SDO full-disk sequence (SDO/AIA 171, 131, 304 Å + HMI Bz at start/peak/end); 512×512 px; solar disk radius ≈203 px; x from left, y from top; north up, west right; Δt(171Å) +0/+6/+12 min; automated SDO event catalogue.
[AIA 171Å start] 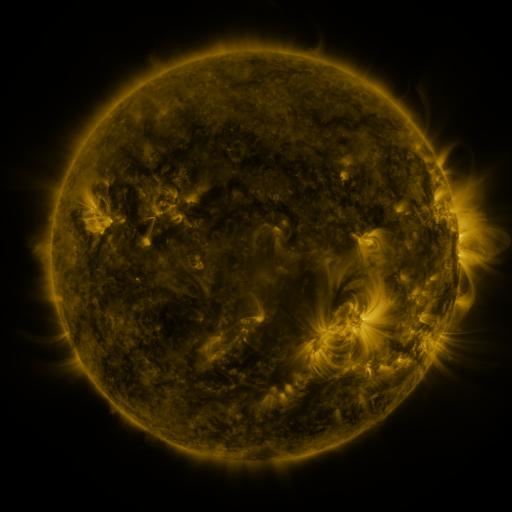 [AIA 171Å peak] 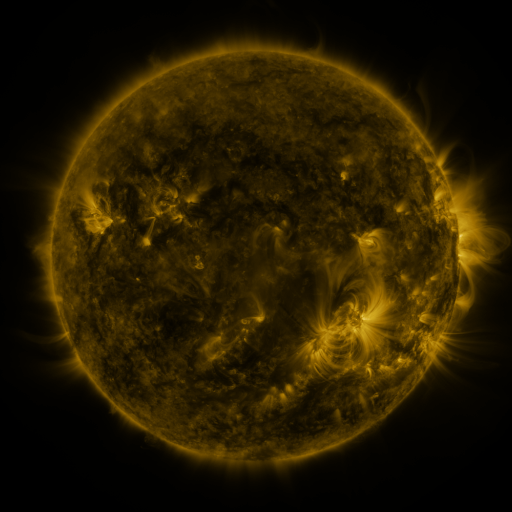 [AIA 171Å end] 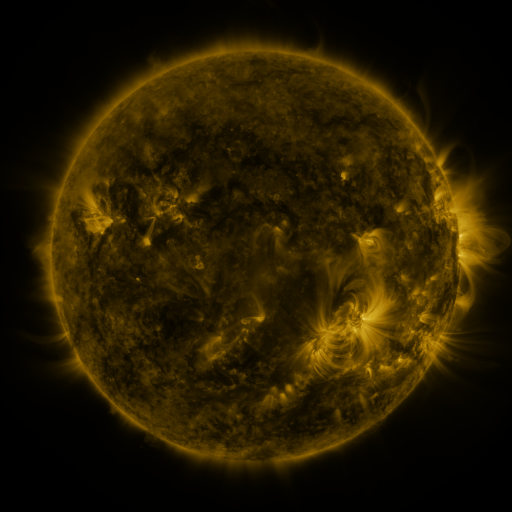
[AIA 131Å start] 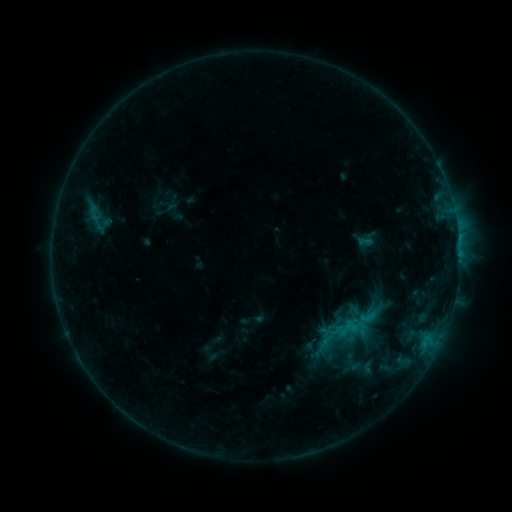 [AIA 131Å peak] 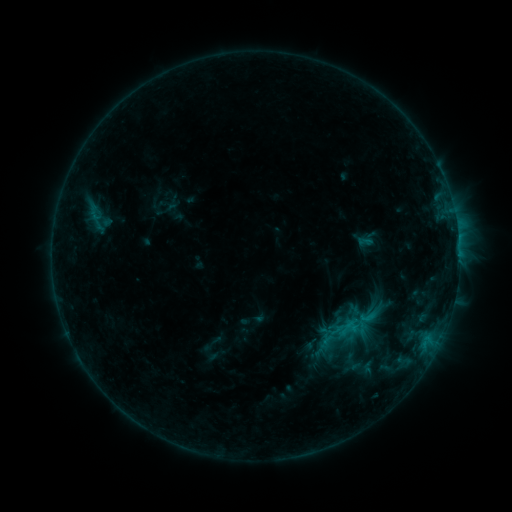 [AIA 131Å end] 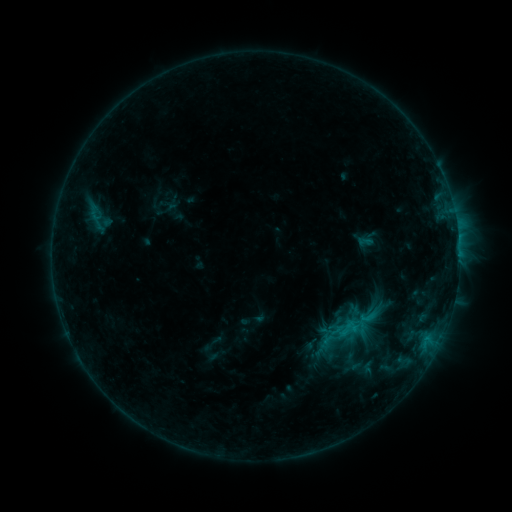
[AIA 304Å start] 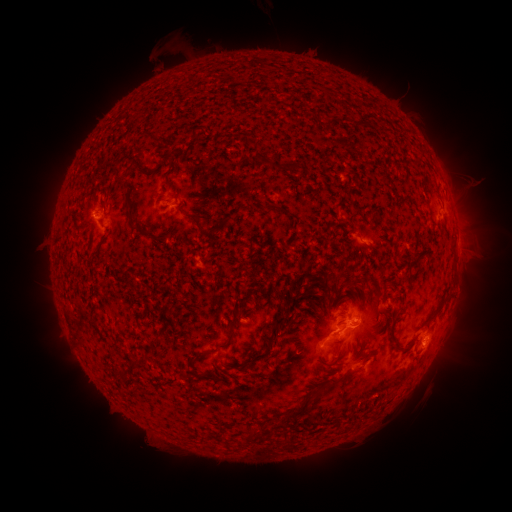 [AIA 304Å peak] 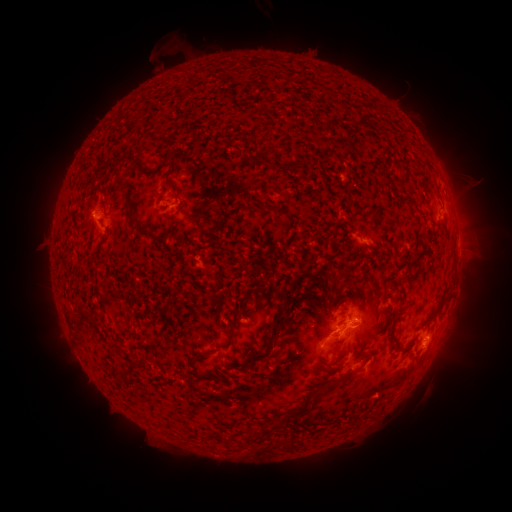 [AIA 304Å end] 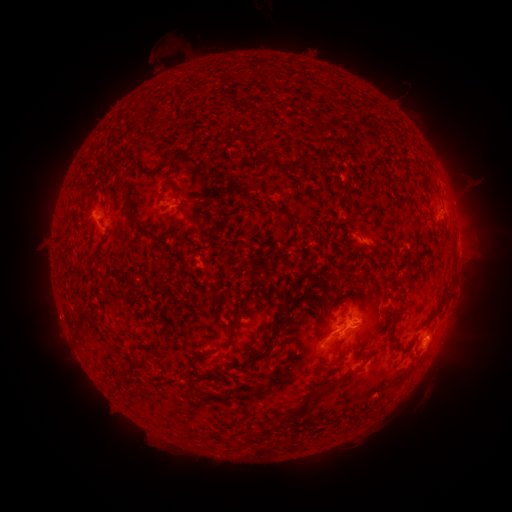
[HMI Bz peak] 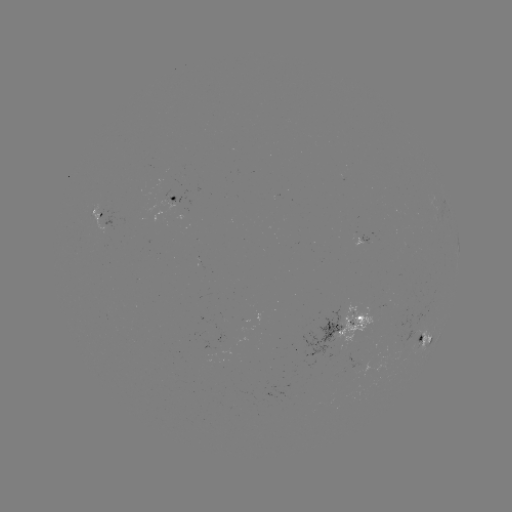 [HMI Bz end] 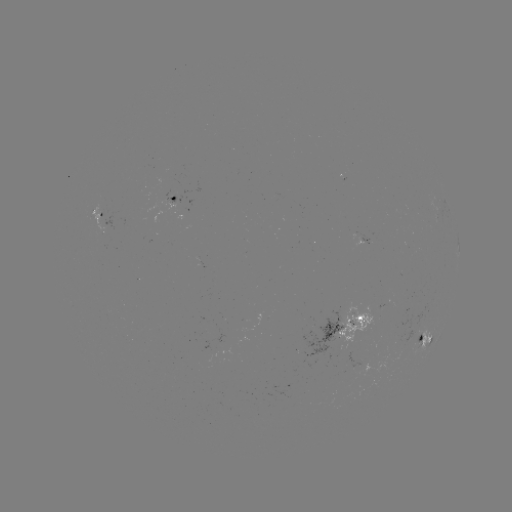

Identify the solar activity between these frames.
no catalogued flare and no flagged EUV brightening in this window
